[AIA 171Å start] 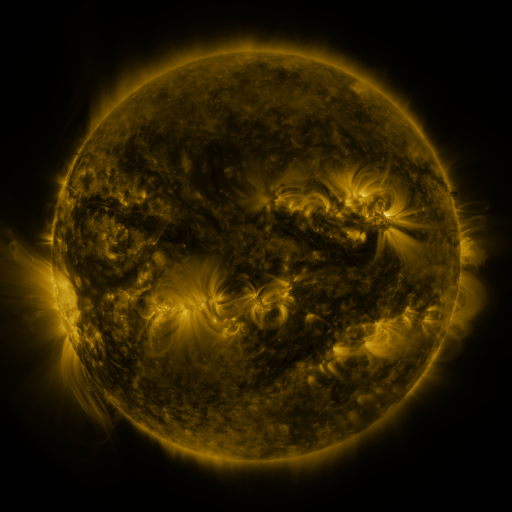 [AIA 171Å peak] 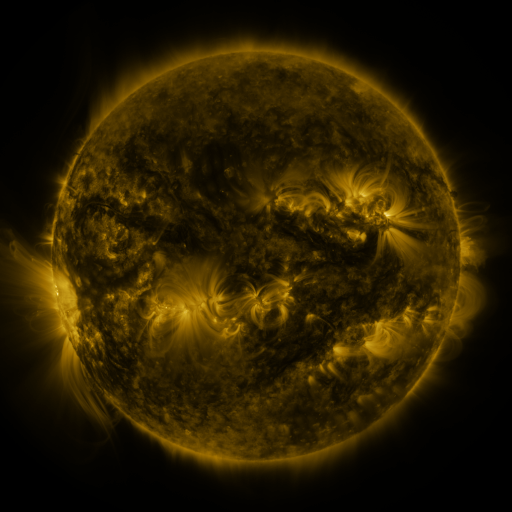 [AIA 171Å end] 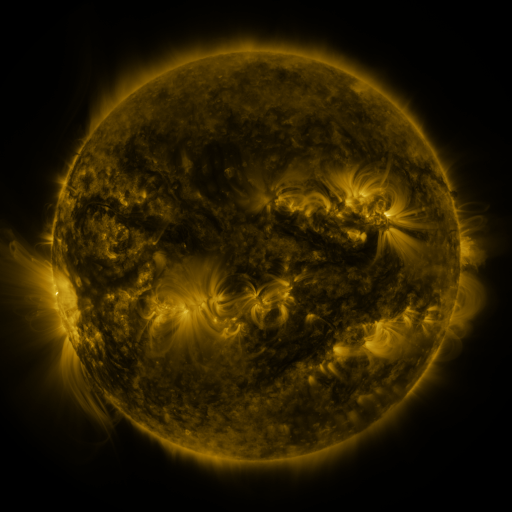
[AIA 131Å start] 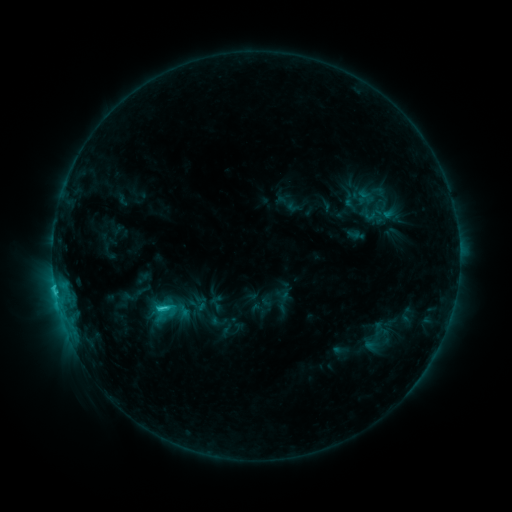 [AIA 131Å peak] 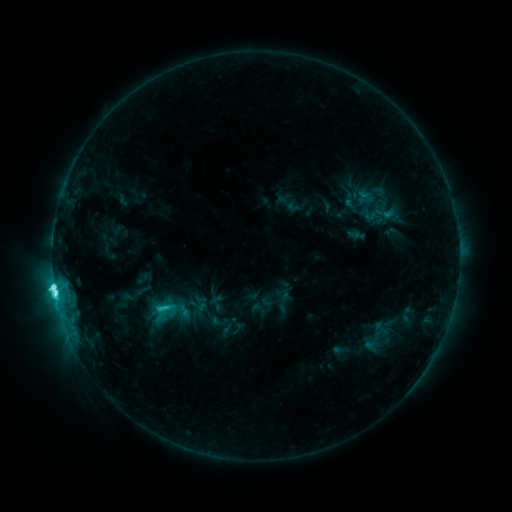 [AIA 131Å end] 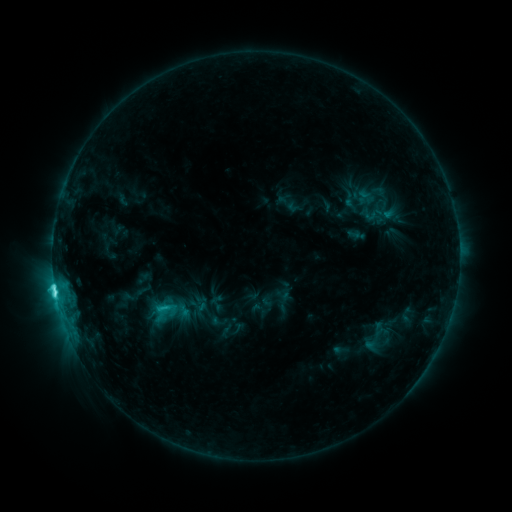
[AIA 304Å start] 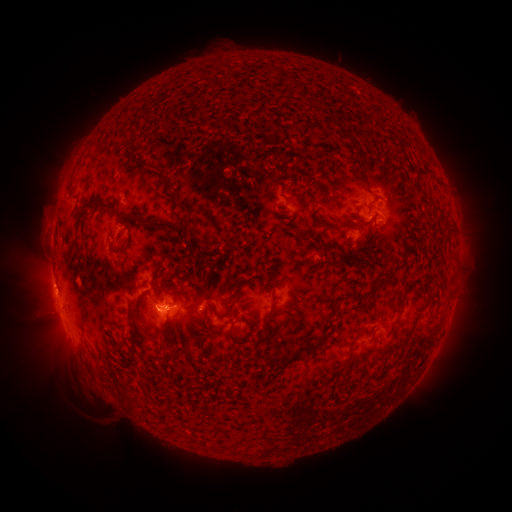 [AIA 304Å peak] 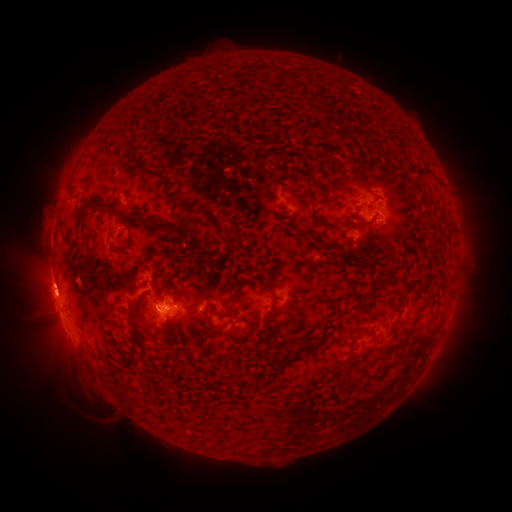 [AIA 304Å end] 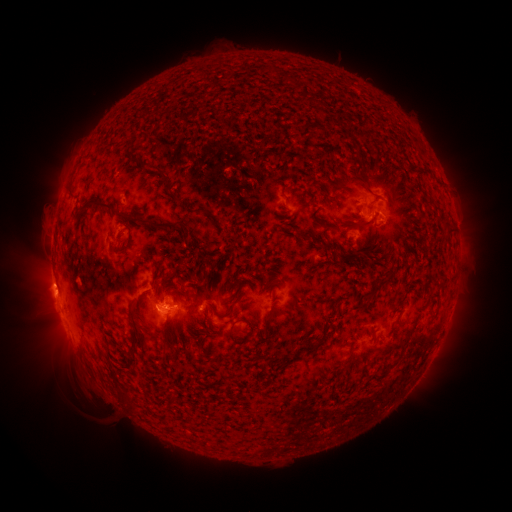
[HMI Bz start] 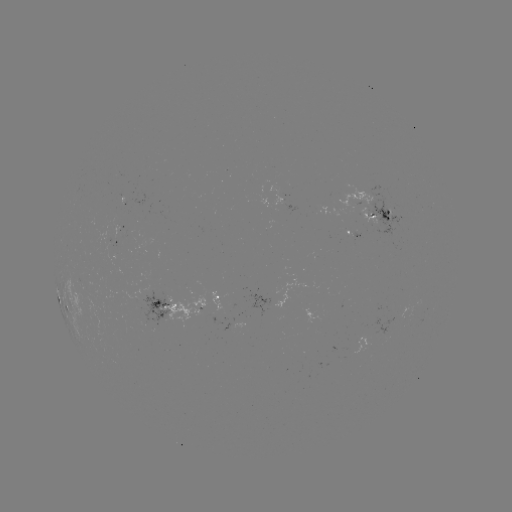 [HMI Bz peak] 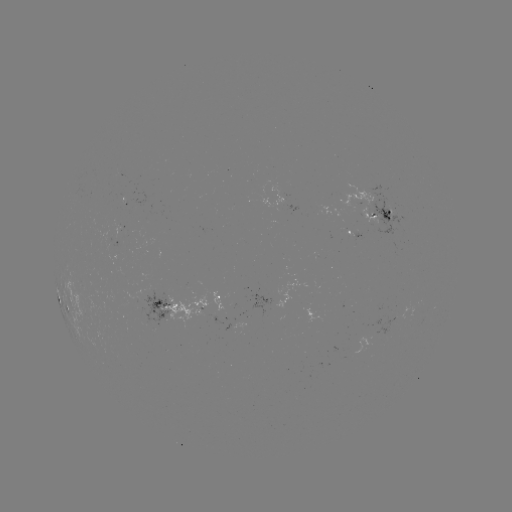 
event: flare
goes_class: C8.4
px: (55, 291)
